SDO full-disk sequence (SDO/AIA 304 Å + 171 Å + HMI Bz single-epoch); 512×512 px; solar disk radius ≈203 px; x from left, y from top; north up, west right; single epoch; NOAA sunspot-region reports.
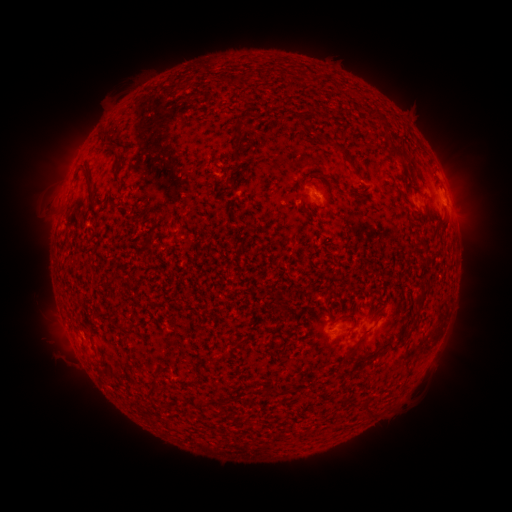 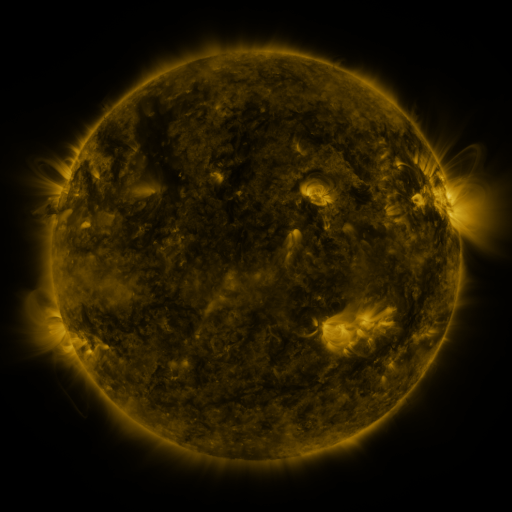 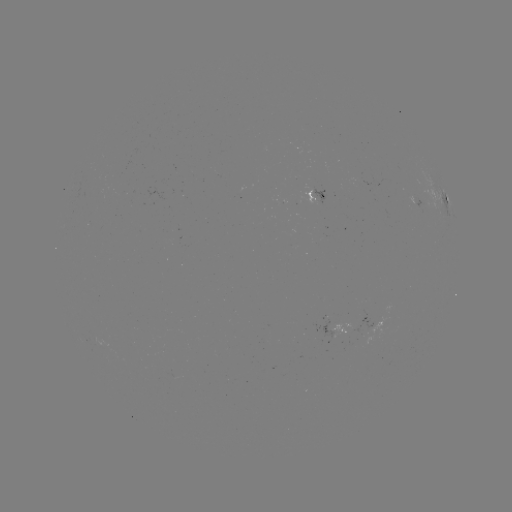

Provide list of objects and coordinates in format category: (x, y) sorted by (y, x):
spotted active region: (319, 200)
spotted active region: (445, 205)
spotted active region: (419, 207)
spotted active region: (340, 332)
